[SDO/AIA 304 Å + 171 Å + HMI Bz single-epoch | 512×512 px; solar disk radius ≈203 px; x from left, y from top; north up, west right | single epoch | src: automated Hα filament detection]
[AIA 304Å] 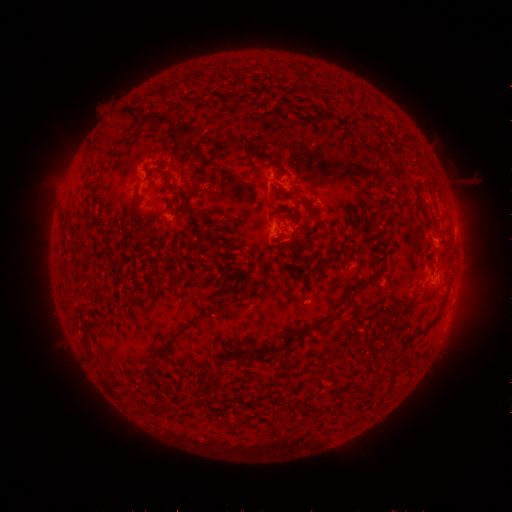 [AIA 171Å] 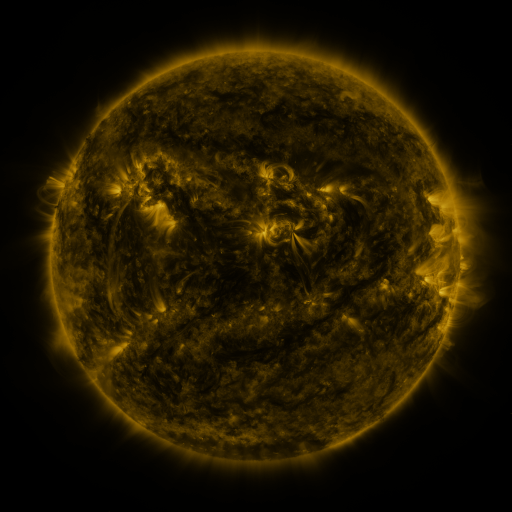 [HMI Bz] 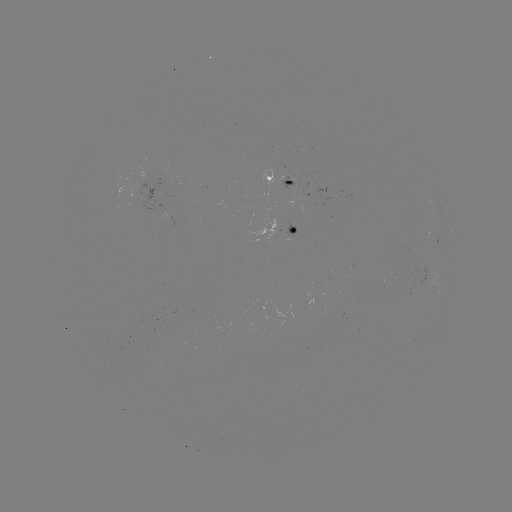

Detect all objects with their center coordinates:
filament: <bbox>124, 105, 138, 121</bbox>
filament: <bbox>140, 111, 203, 139</bbox>
filament: <bbox>362, 116, 376, 124</bbox>
filament: <bbox>157, 168, 177, 189</bbox>
filament: <bbox>132, 190, 140, 210</bbox>
filament: <bbox>306, 205, 319, 223</bbox>
filament: <bbox>339, 215, 358, 233</bbox>
filament: <bbox>368, 223, 376, 234</bbox>
filament: <bbox>122, 227, 130, 237</bbox>
filament: <bbox>358, 231, 366, 241</bbox>
filament: <bbox>207, 242, 219, 262</bbox>
filament: <bbox>418, 291, 435, 303</bbox>
filament: <bbox>339, 295, 355, 314</bbox>
filament: <bbox>147, 310, 203, 372</bbox>
filament: <bbox>430, 312, 442, 326</bbox>
filament: <bbox>310, 315, 337, 331</bbox>
filament: <bbox>380, 315, 391, 322</bbox>
filament: <bbox>80, 333, 89, 353</bbox>
filament: <bbox>245, 345, 278, 359</bbox>
filament: <bbox>182, 402, 190, 415</bbox>
